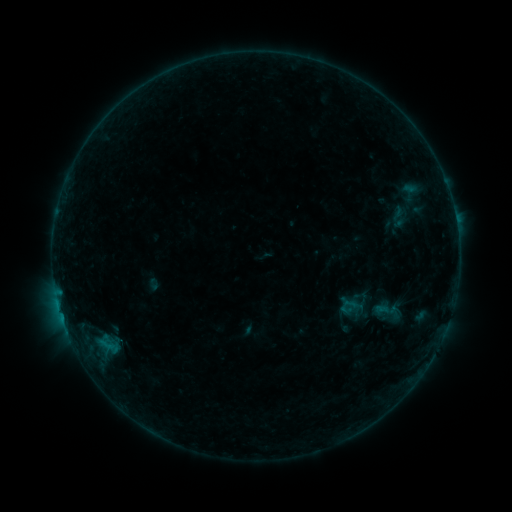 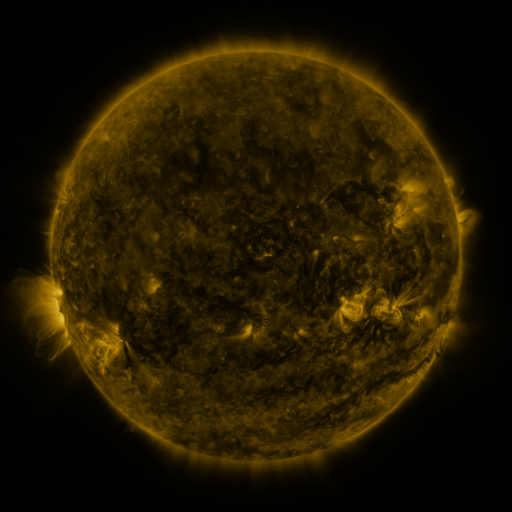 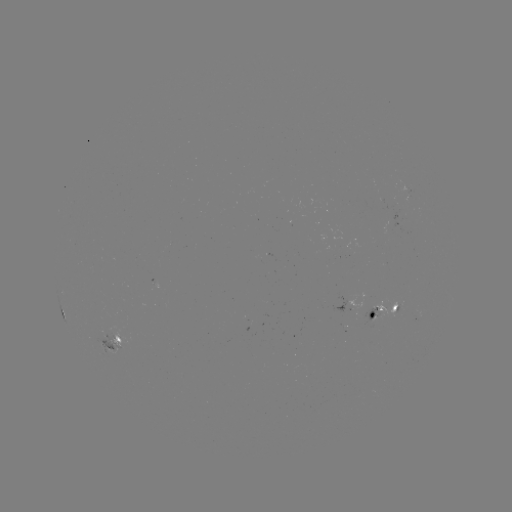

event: sigmoid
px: (389, 312)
